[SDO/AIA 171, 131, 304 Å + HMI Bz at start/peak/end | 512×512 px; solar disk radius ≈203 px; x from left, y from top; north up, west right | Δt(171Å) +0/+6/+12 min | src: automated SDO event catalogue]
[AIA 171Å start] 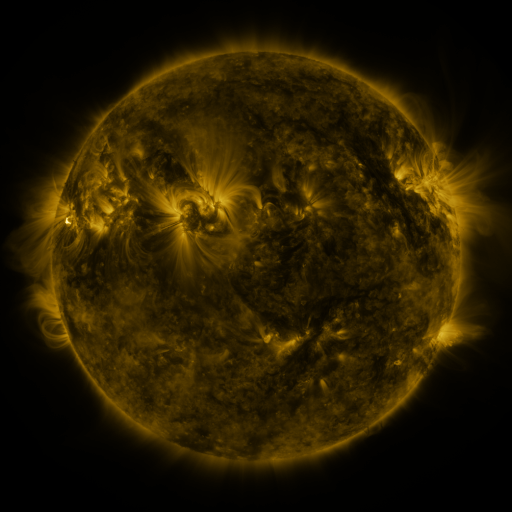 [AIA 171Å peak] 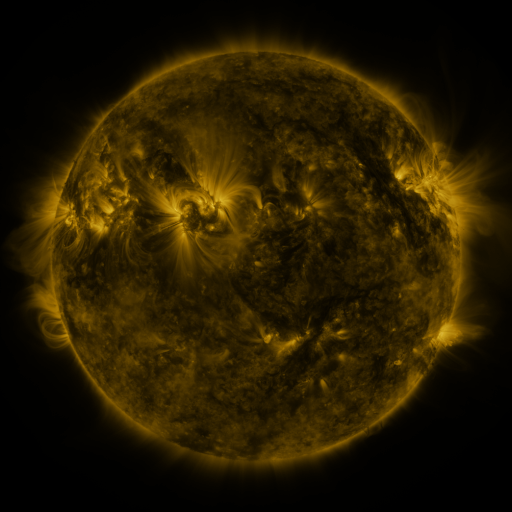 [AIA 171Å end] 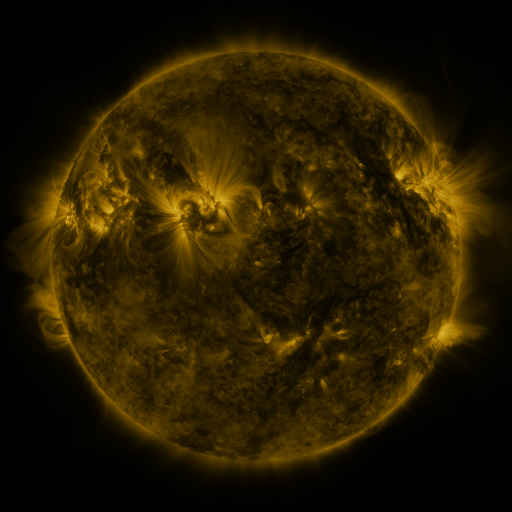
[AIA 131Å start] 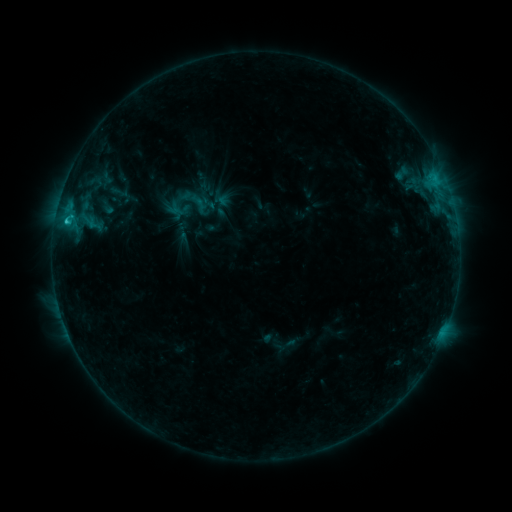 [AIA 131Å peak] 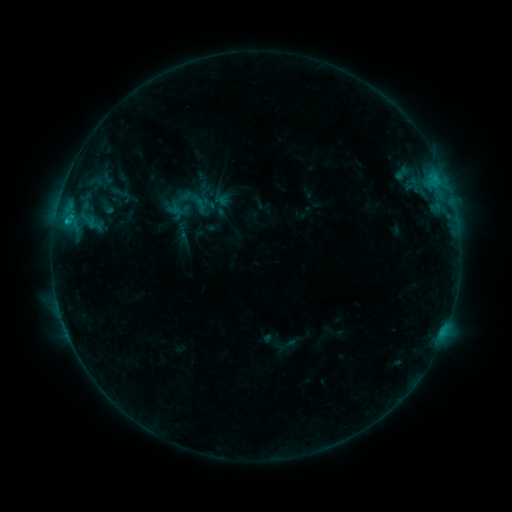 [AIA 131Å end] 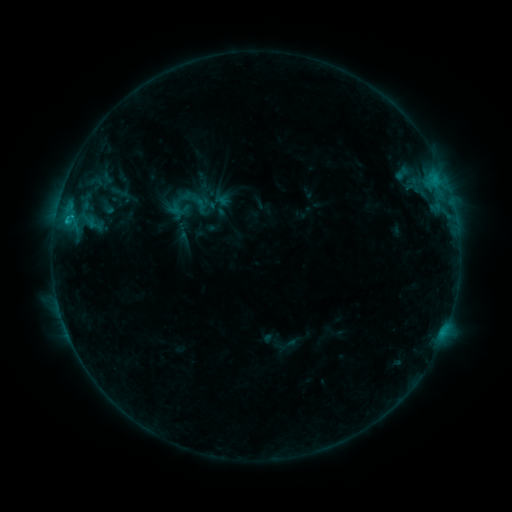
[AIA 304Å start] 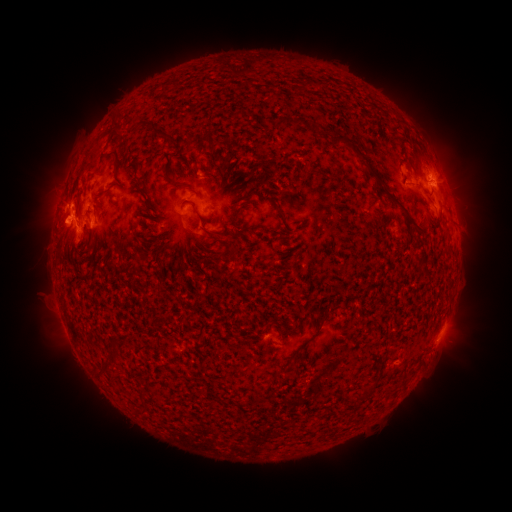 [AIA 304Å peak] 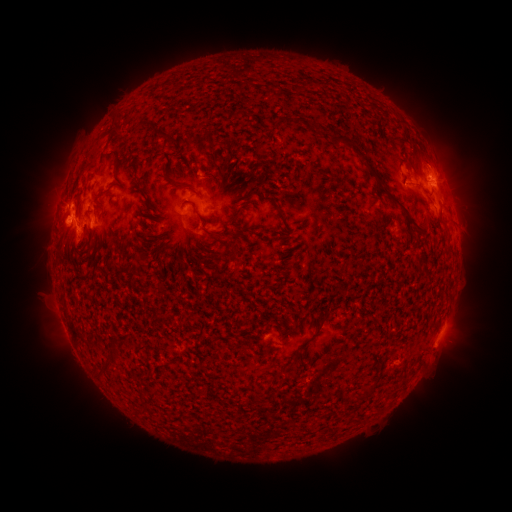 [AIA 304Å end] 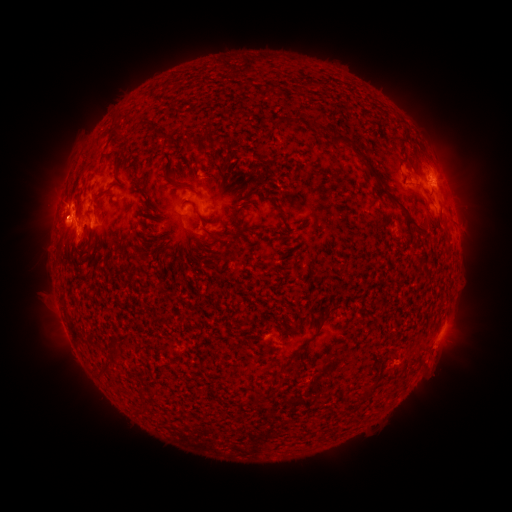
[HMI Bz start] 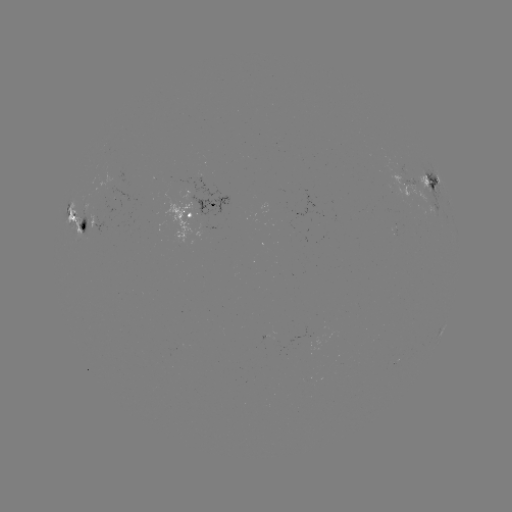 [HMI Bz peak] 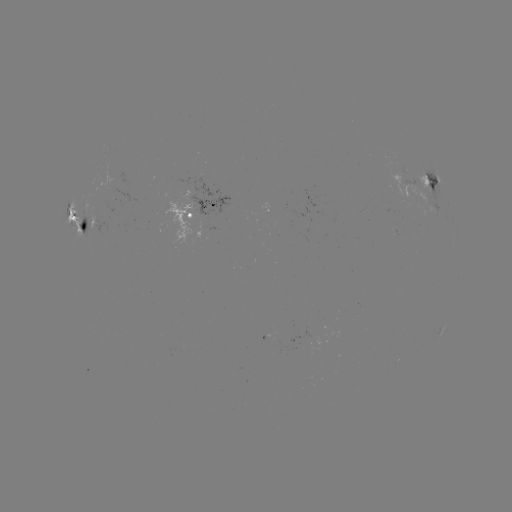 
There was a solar eruption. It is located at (441, 351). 